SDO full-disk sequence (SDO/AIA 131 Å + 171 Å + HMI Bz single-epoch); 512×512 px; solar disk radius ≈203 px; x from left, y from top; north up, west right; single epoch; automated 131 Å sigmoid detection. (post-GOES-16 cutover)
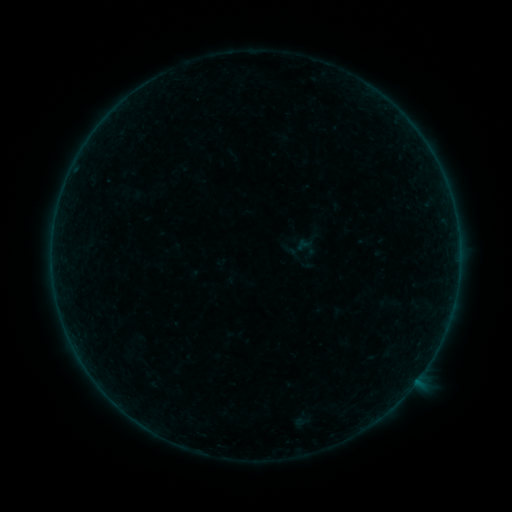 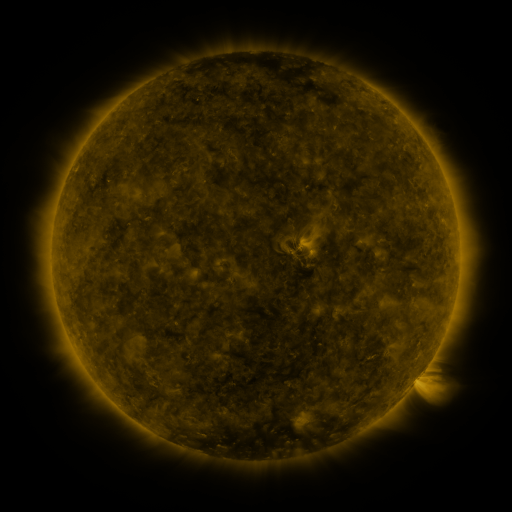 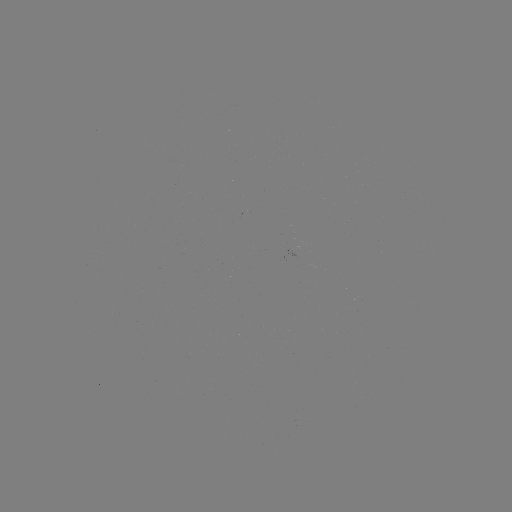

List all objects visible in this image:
sigmoid: <bbox>279, 228, 320, 270</bbox>
